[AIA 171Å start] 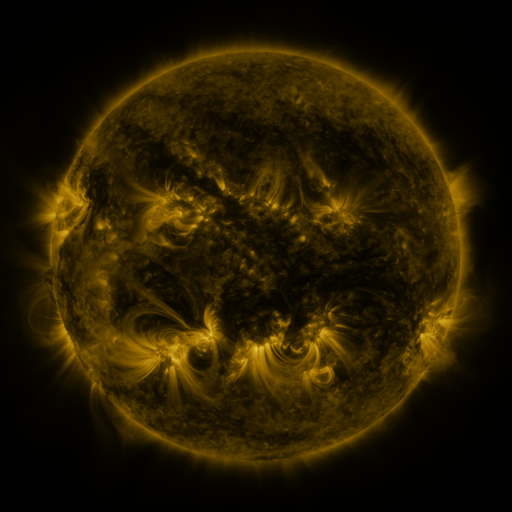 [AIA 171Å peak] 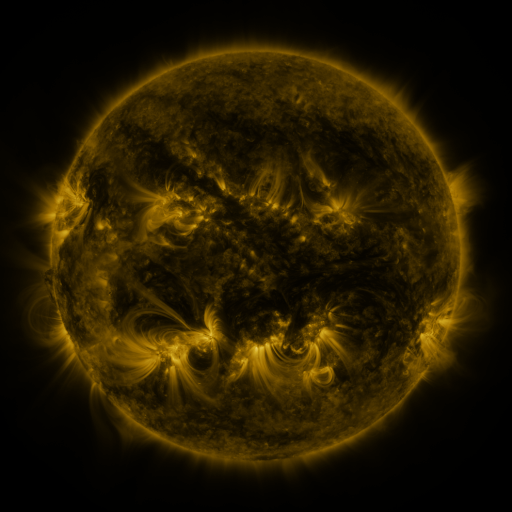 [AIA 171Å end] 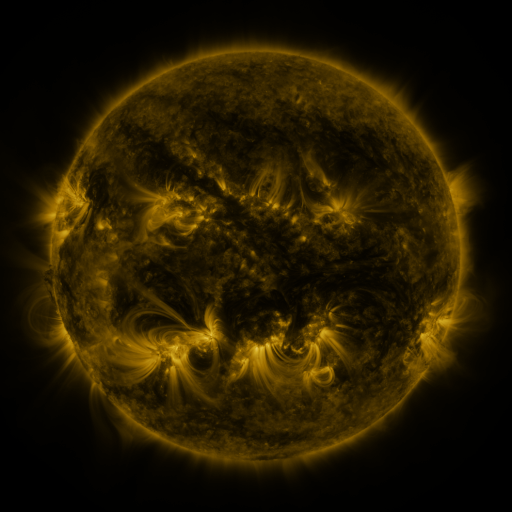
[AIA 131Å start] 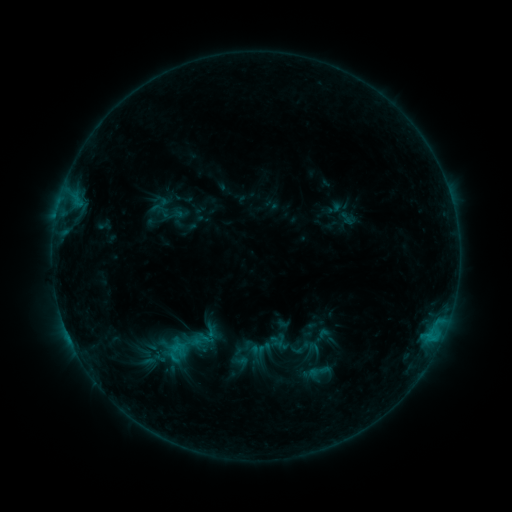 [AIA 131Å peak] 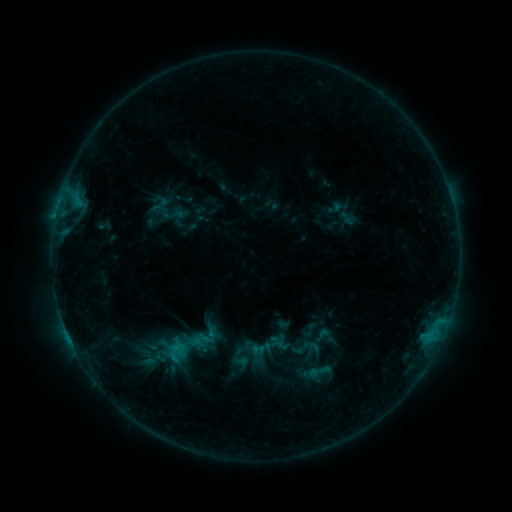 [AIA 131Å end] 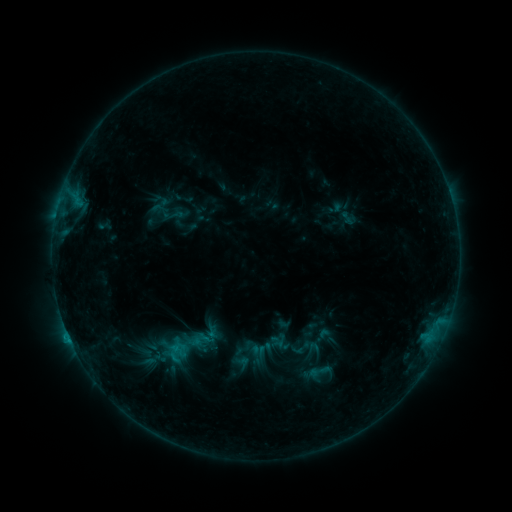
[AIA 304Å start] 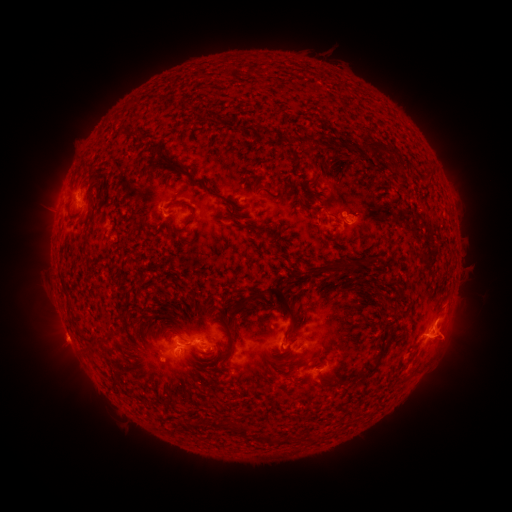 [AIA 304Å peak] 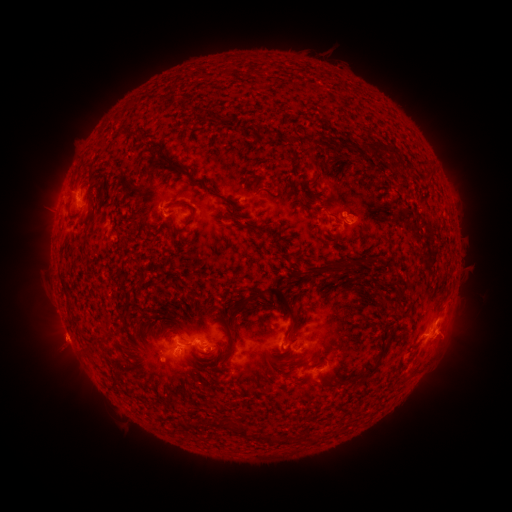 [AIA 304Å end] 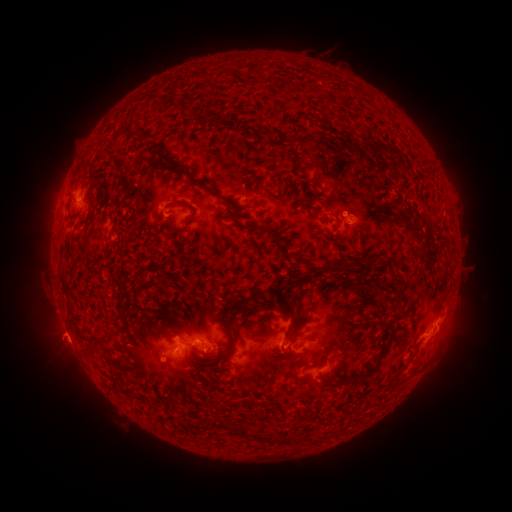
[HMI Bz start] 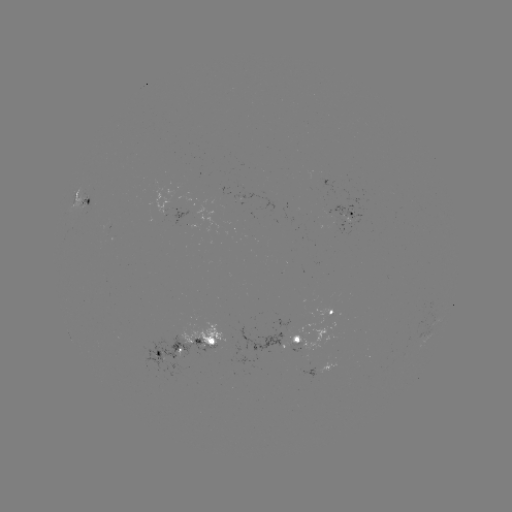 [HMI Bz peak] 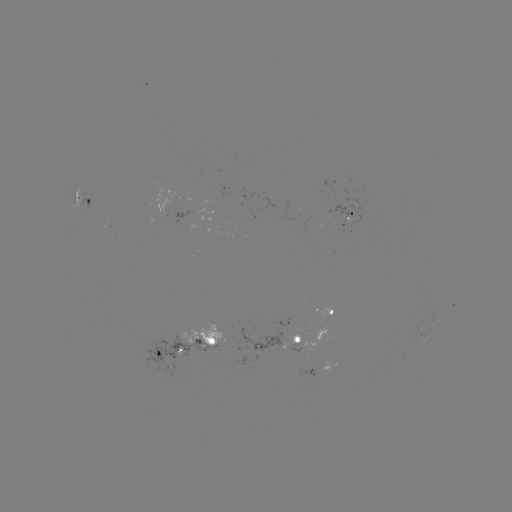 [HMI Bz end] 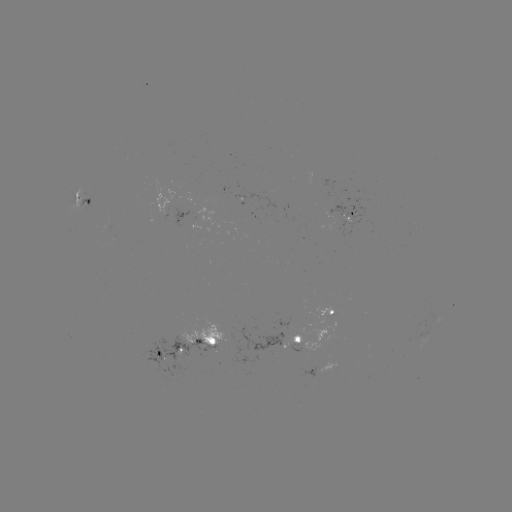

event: eruption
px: (56, 338)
